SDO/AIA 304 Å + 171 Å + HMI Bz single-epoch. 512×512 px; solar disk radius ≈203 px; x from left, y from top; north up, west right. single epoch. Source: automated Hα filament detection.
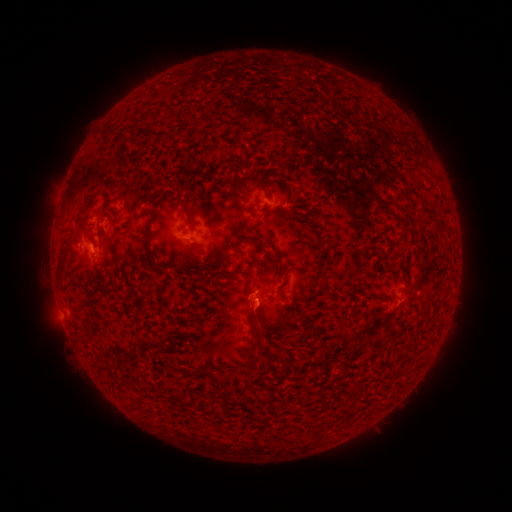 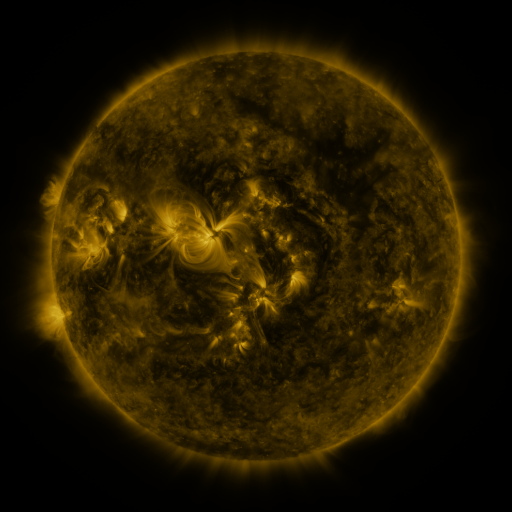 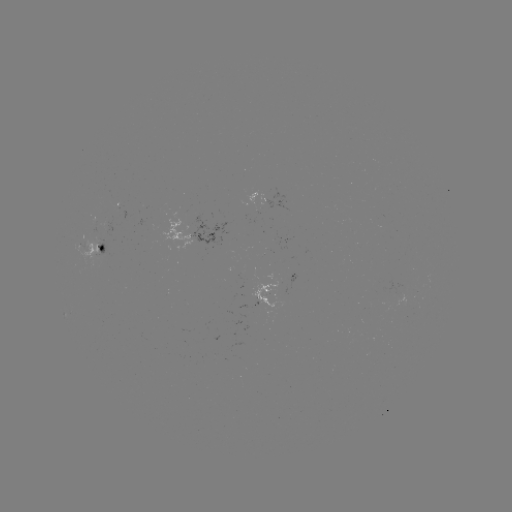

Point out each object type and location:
filament: <bbox>419, 162, 429, 170</bbox>
filament: <bbox>169, 185, 184, 195</bbox>
filament: <bbox>379, 198, 394, 206</bbox>
filament: <bbox>179, 200, 193, 218</bbox>
filament: <bbox>142, 205, 158, 257</bbox>
filament: <bbox>228, 239, 237, 246</bbox>
filament: <bbox>57, 254, 66, 273</bbox>
filament: <bbox>233, 266, 248, 281</bbox>
filament: <bbox>246, 306, 261, 331</bbox>
filament: <bbox>398, 306, 412, 326</bbox>
filament: <bbox>80, 333, 89, 341</bbox>
filament: <bbox>256, 340, 264, 352</bbox>
